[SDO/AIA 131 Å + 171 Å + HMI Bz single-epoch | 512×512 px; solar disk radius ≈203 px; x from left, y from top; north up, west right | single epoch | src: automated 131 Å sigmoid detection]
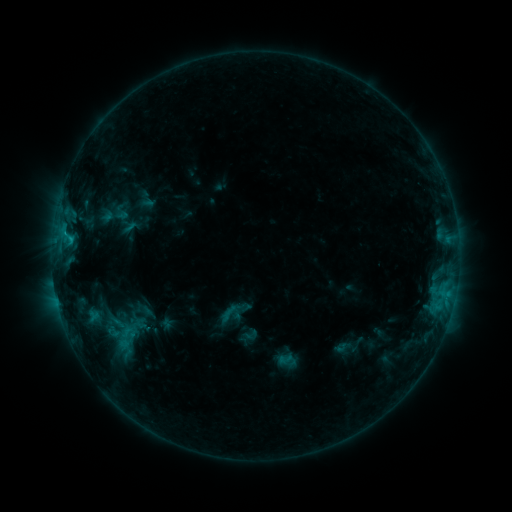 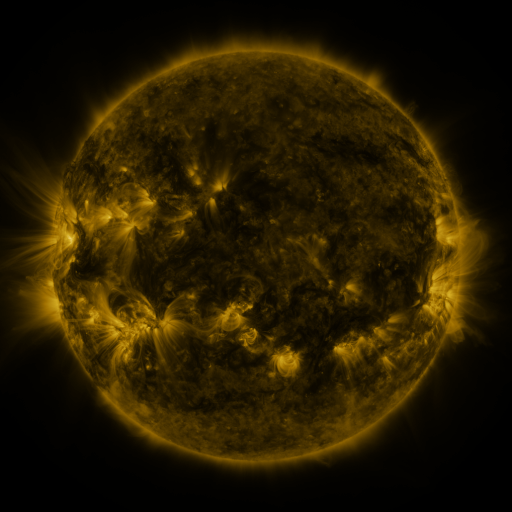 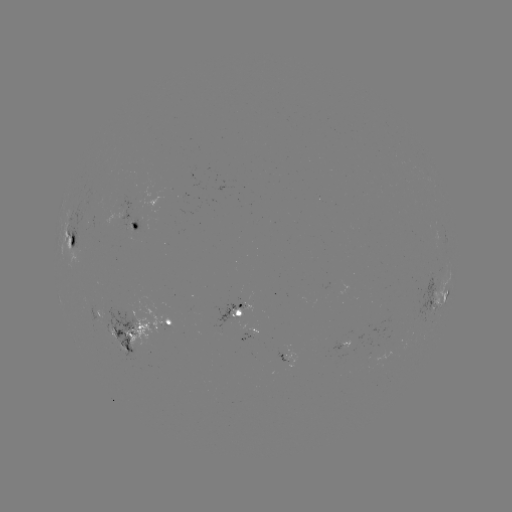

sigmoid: (102, 318, 148, 351)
